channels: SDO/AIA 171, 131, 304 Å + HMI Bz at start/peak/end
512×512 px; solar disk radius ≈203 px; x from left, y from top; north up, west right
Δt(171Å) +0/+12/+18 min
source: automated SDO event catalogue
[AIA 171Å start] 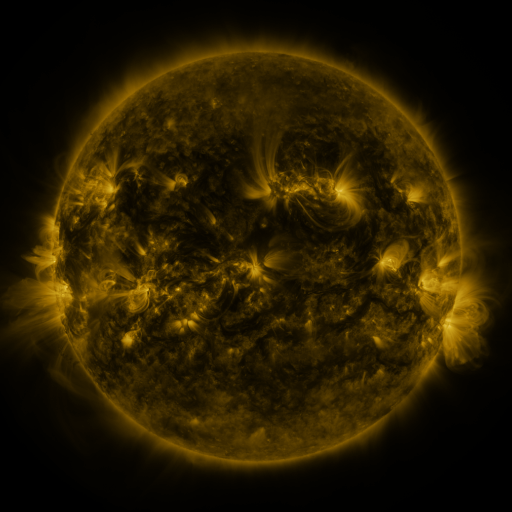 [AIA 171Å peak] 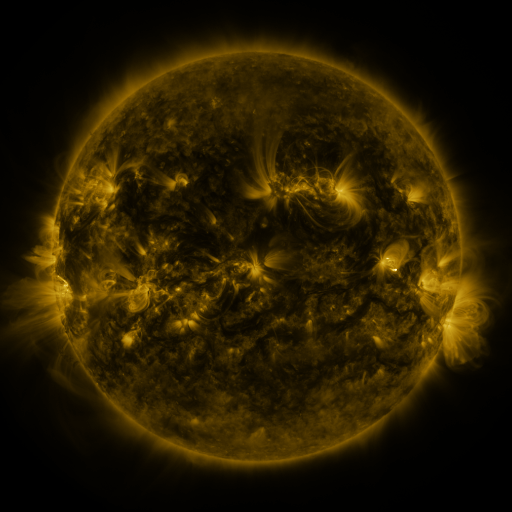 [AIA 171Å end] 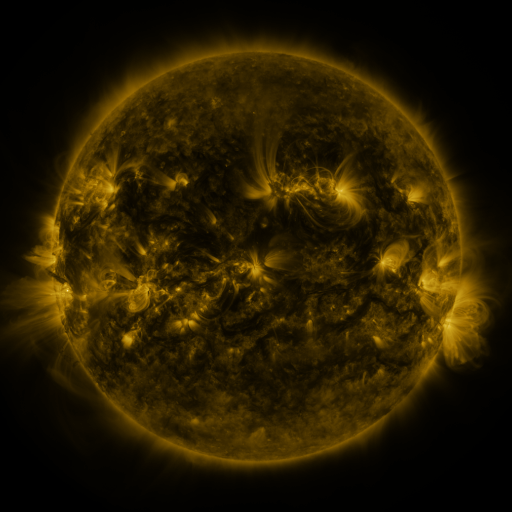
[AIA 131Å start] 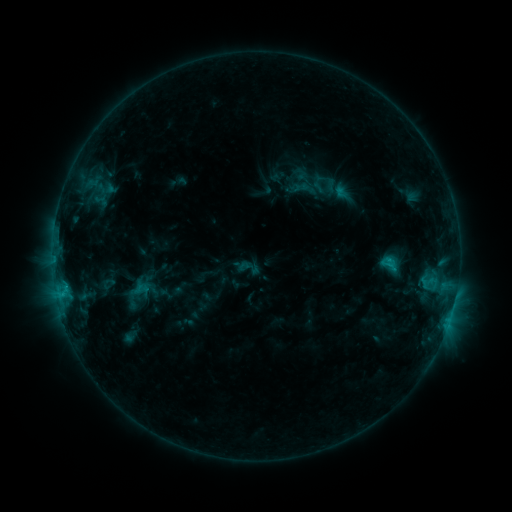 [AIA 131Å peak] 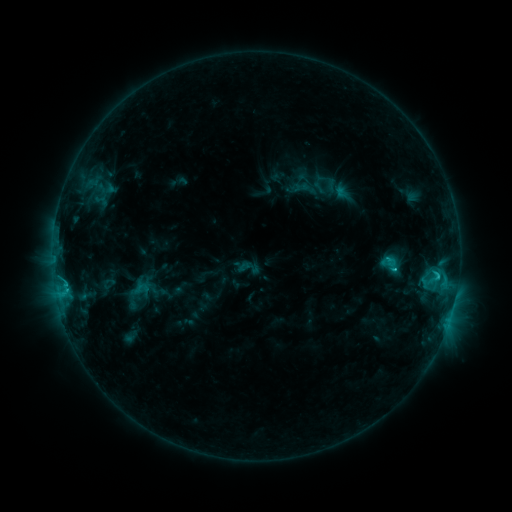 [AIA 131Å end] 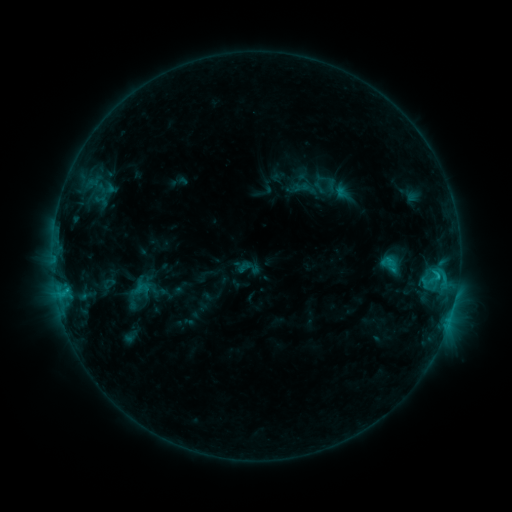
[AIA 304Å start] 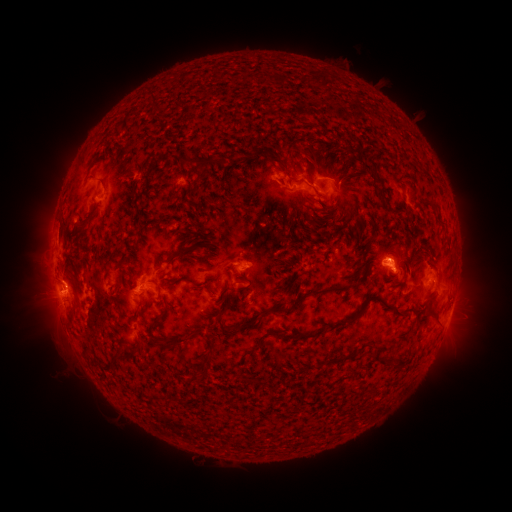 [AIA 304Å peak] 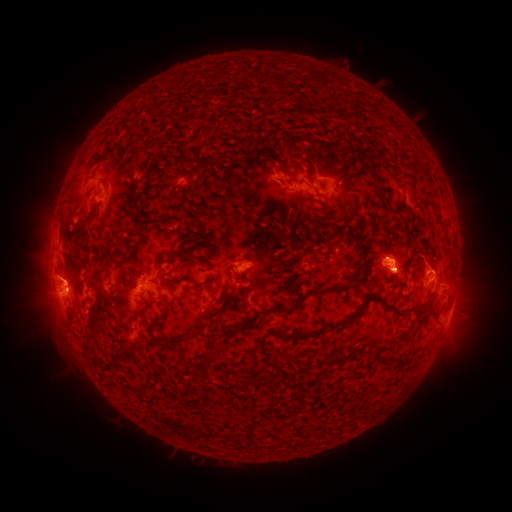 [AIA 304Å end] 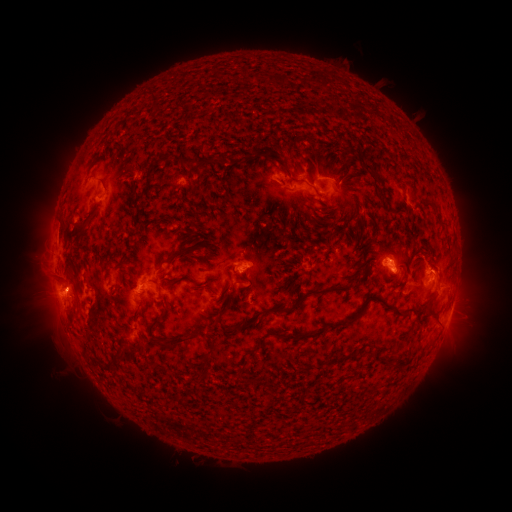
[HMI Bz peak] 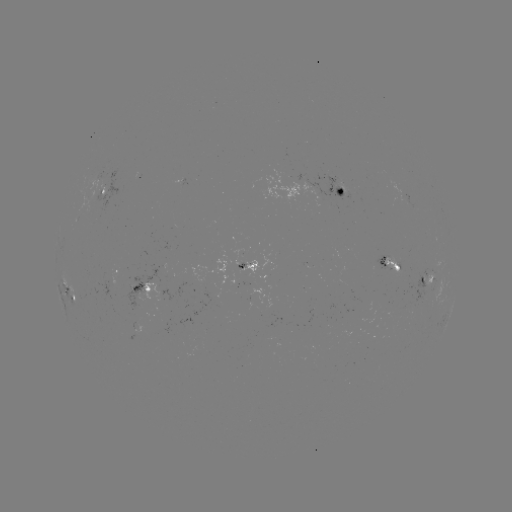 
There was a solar flare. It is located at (254, 453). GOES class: C2.7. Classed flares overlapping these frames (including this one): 1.